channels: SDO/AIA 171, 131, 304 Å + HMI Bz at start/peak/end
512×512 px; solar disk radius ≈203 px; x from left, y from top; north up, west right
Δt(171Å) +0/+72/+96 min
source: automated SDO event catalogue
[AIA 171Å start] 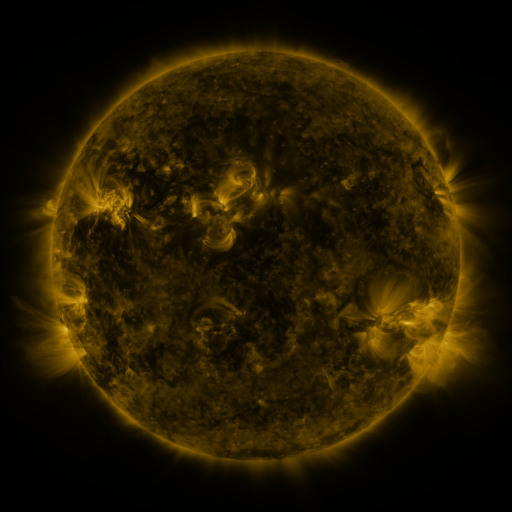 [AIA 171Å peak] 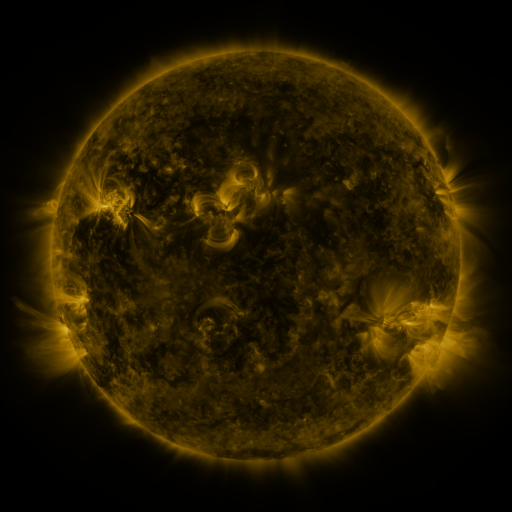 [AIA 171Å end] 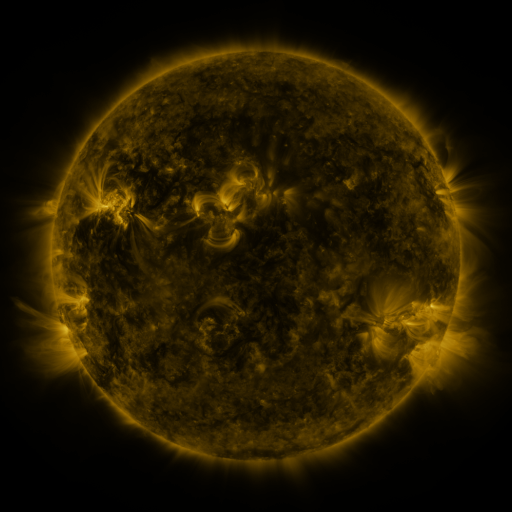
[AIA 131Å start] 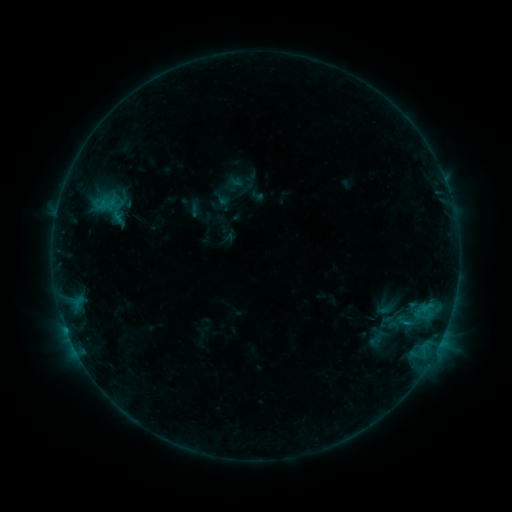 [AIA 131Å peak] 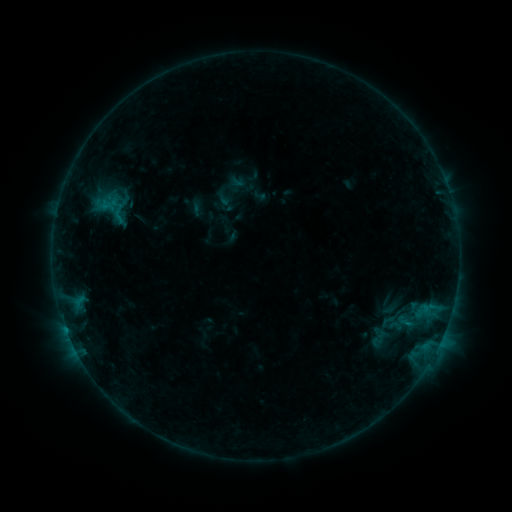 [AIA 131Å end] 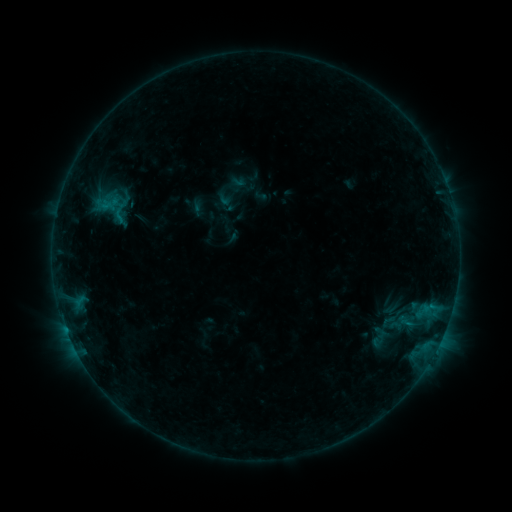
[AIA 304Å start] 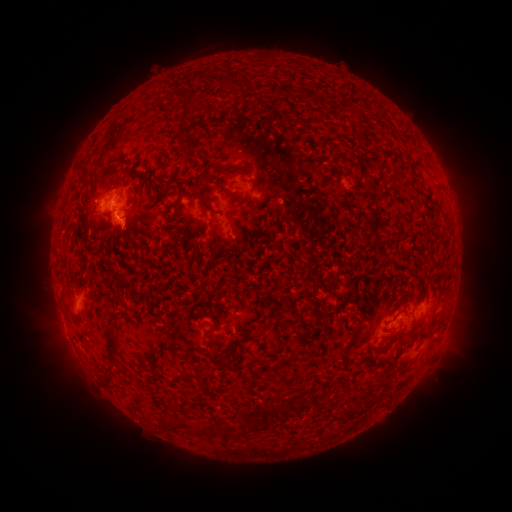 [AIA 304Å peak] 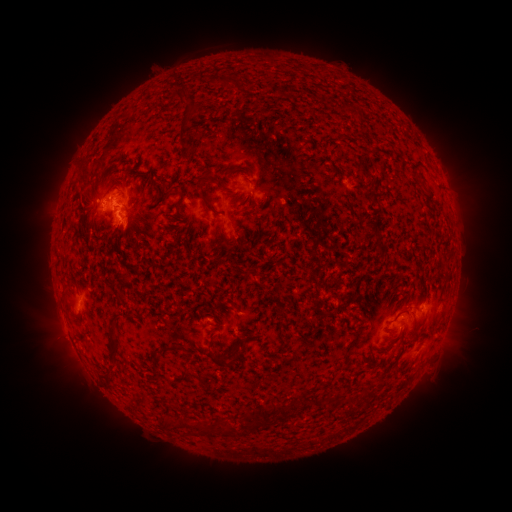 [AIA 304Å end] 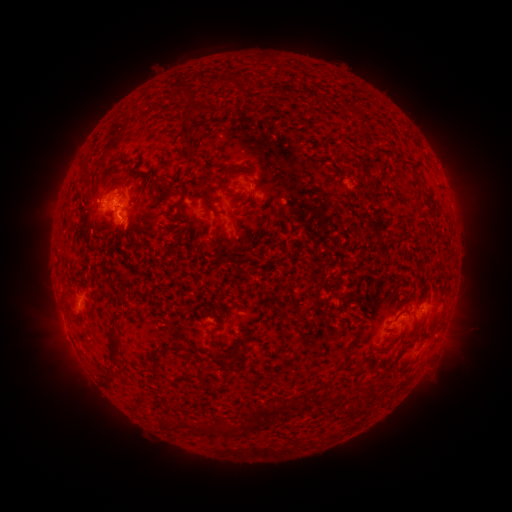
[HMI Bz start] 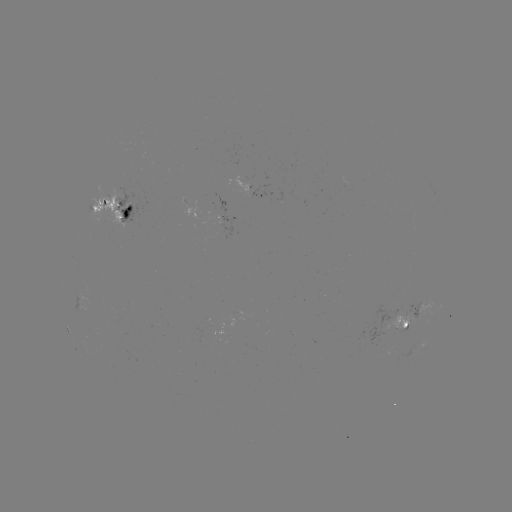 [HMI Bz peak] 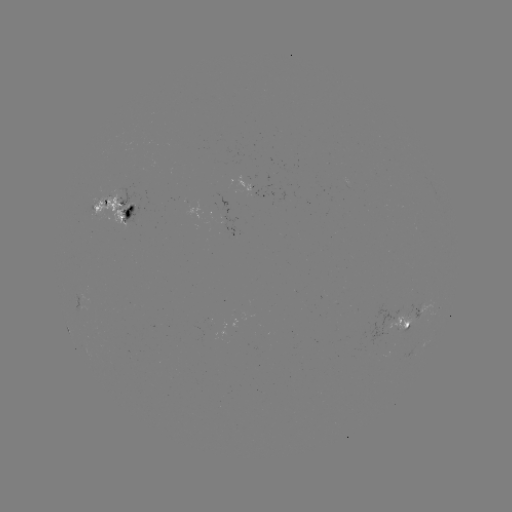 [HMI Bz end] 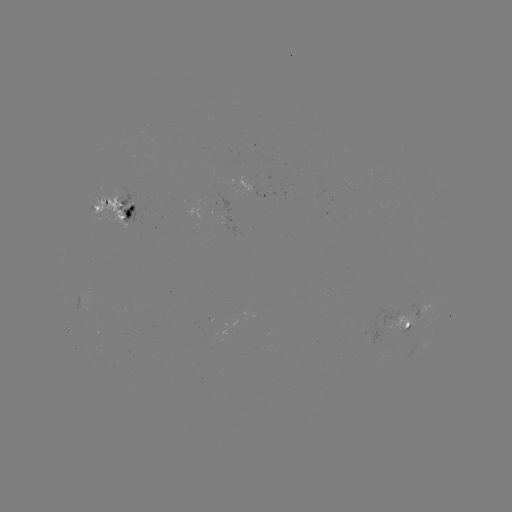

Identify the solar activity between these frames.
emerging-flux region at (234, 326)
